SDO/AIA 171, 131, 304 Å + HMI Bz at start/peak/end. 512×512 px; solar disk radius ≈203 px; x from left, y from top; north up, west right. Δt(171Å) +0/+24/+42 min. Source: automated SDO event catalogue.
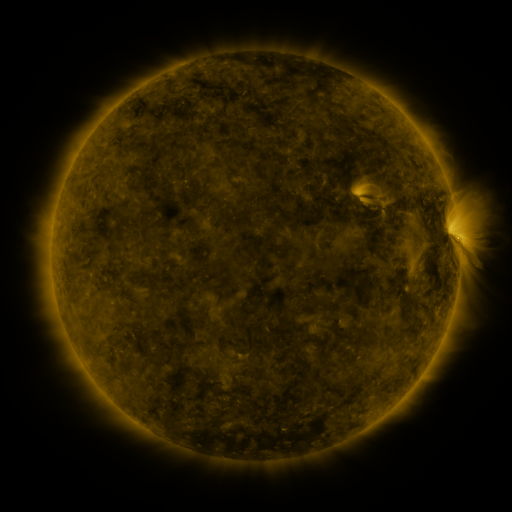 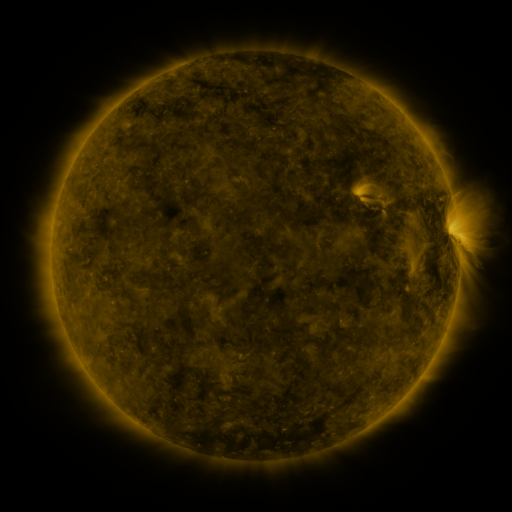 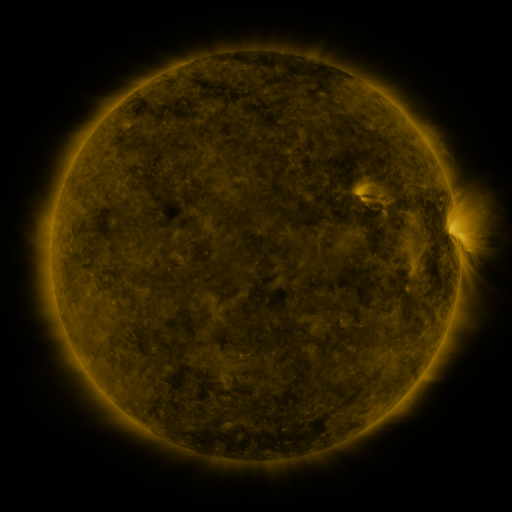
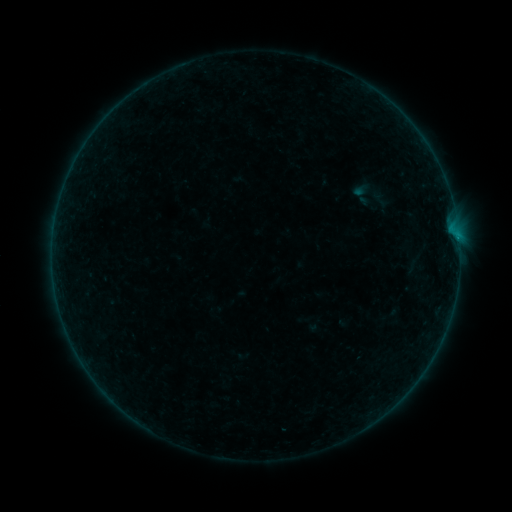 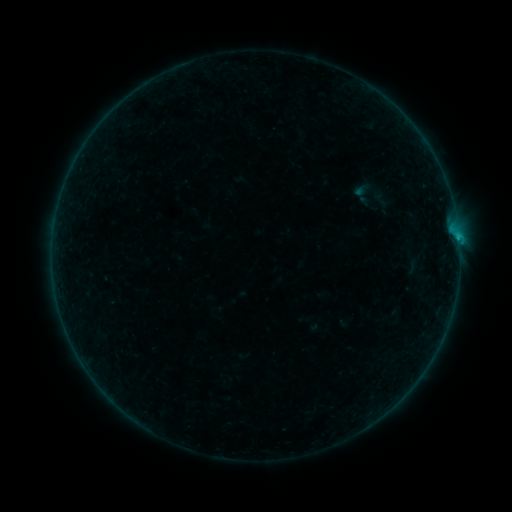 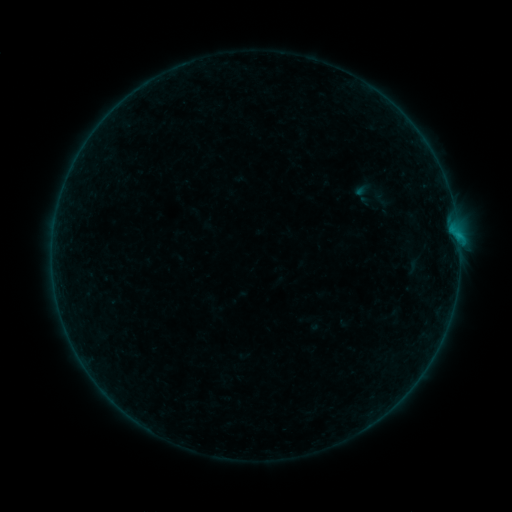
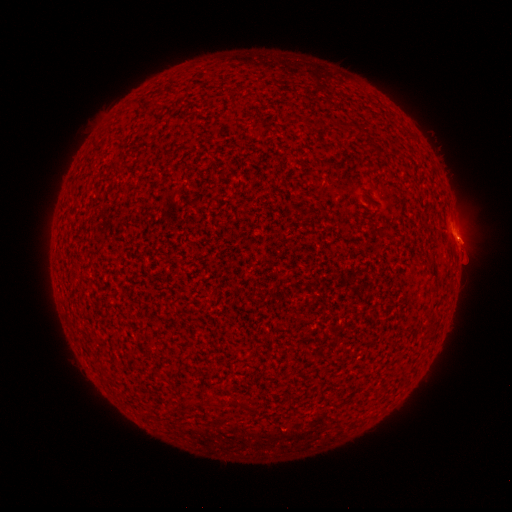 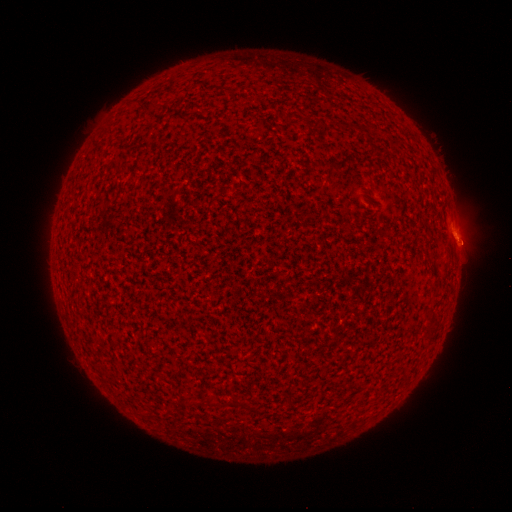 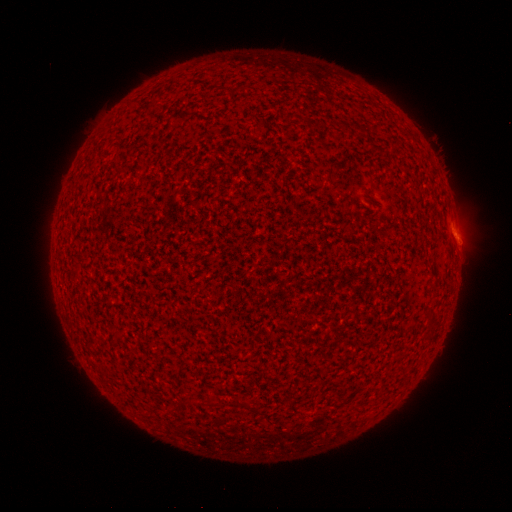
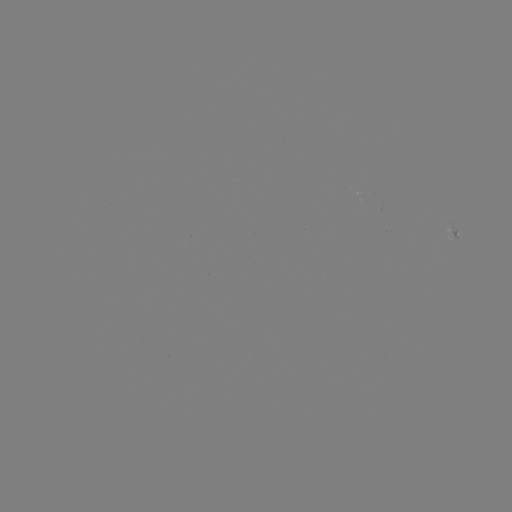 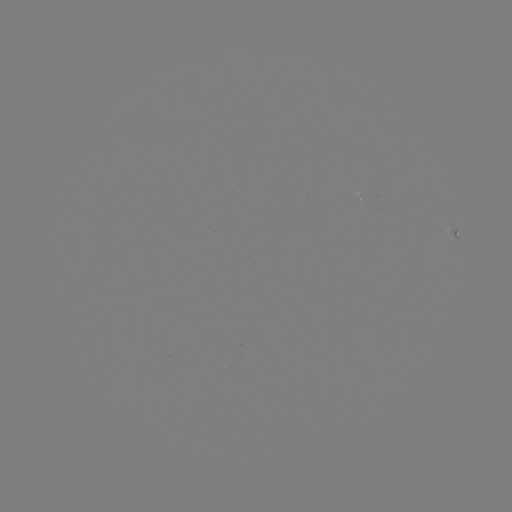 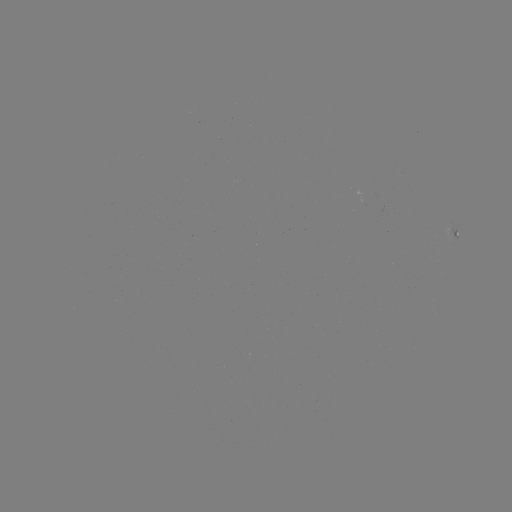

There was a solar flare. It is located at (458, 241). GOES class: B3.7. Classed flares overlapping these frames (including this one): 2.